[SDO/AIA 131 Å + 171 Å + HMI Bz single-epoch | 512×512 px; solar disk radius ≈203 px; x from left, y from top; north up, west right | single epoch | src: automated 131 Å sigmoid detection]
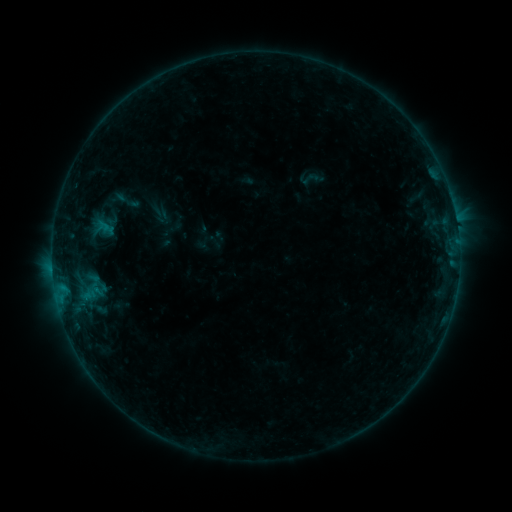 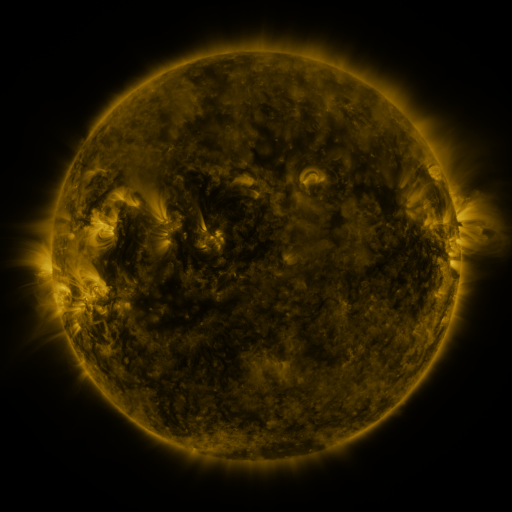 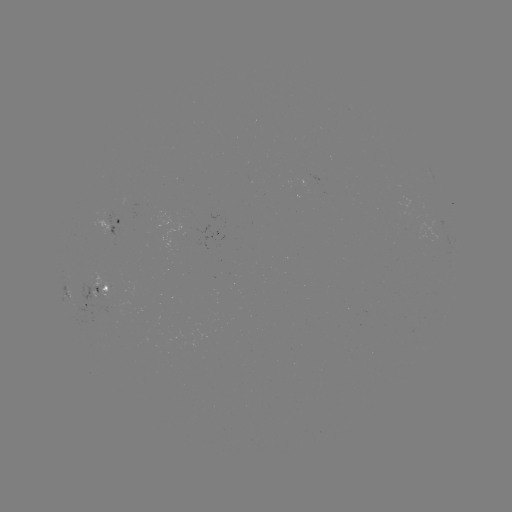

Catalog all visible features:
sigmoid: <bbox>114, 187, 141, 214</bbox>
